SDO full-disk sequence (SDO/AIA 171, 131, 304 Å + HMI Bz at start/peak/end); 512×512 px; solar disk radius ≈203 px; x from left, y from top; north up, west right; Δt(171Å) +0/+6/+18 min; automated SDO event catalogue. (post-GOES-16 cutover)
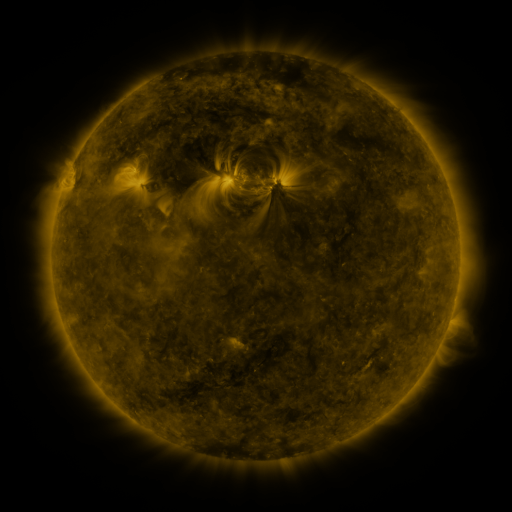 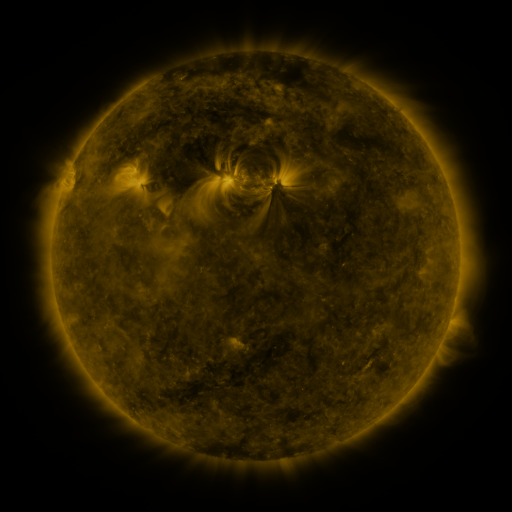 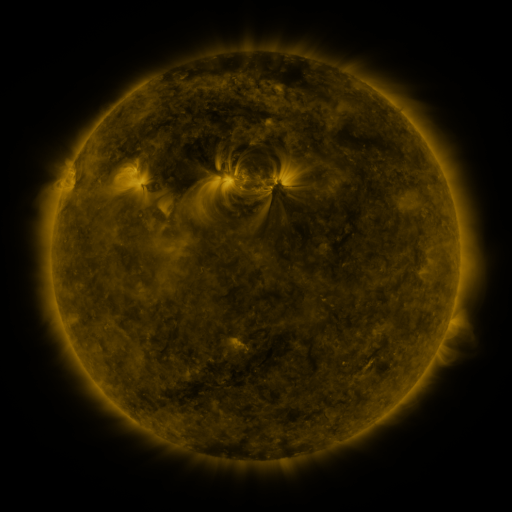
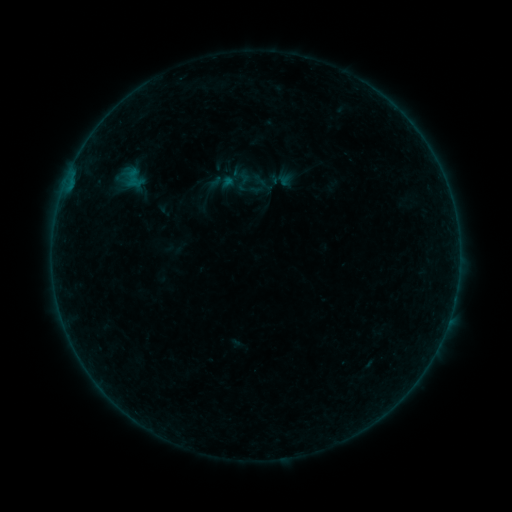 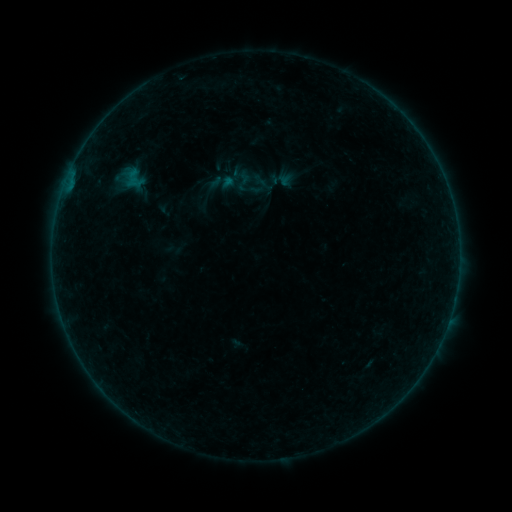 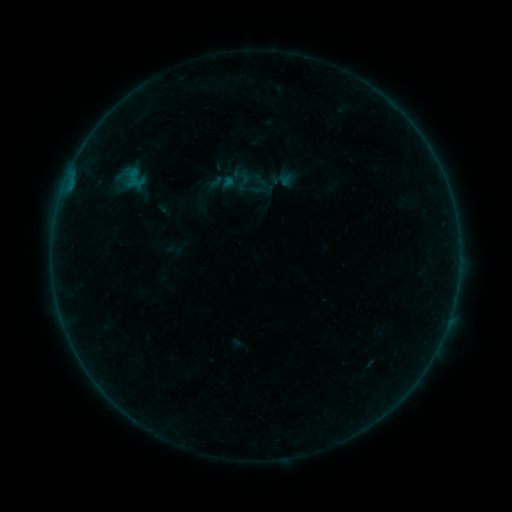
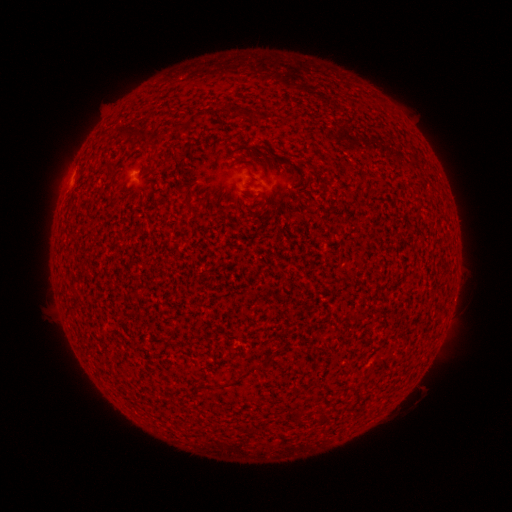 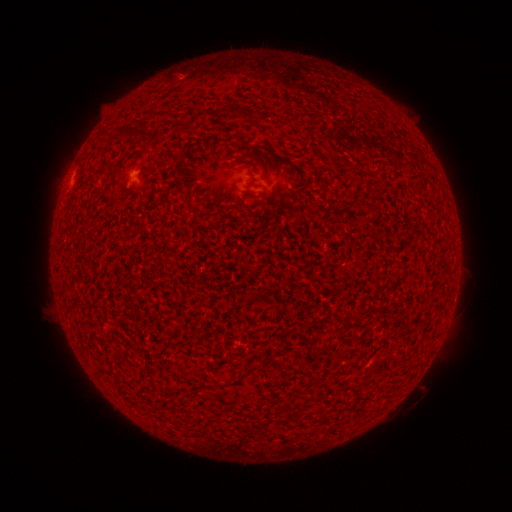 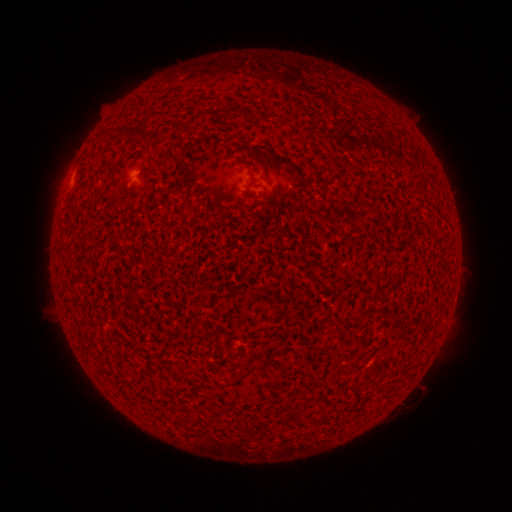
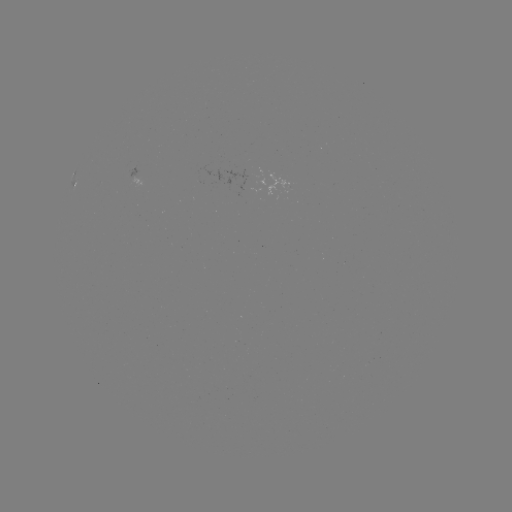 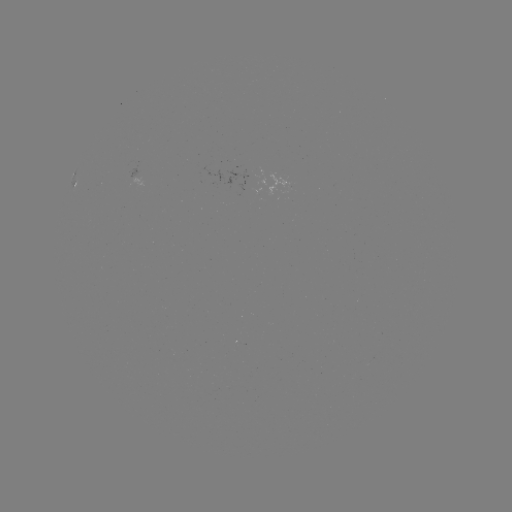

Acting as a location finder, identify A5.7 flare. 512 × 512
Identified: (128, 180).